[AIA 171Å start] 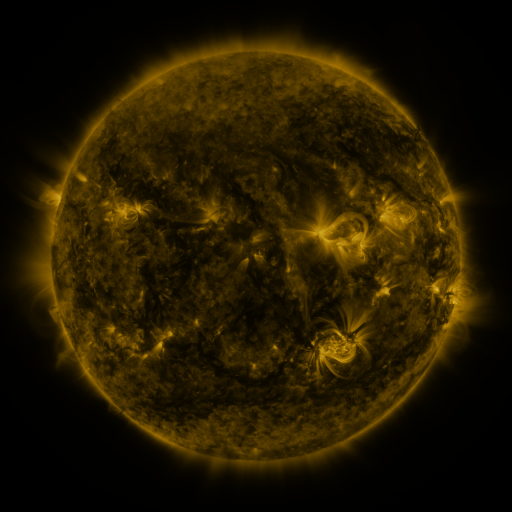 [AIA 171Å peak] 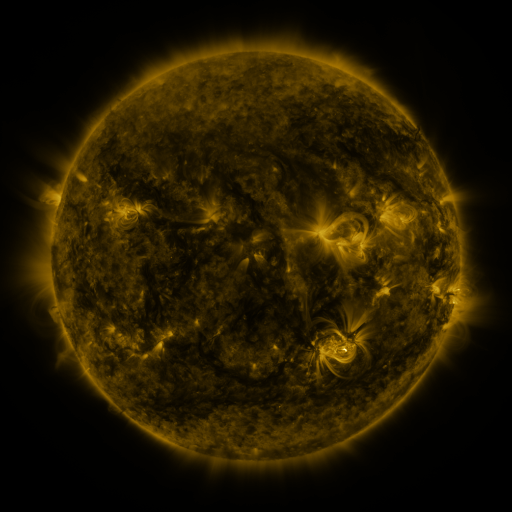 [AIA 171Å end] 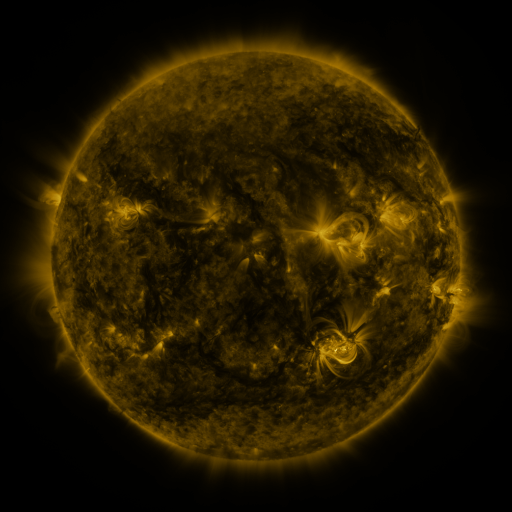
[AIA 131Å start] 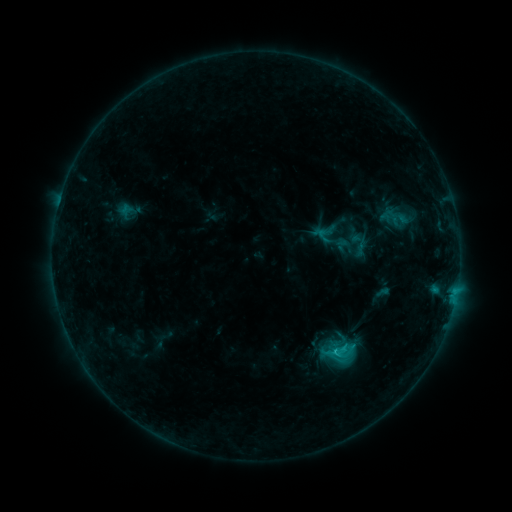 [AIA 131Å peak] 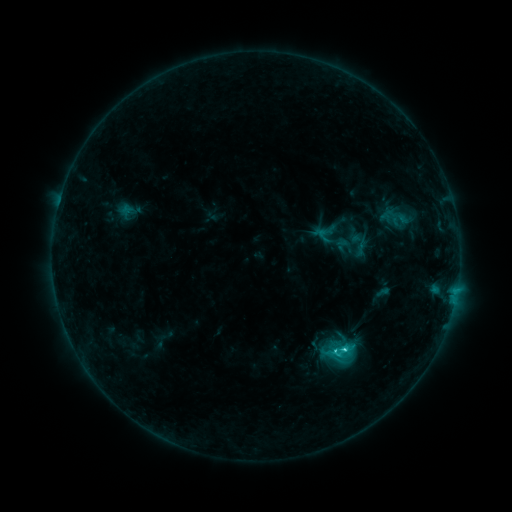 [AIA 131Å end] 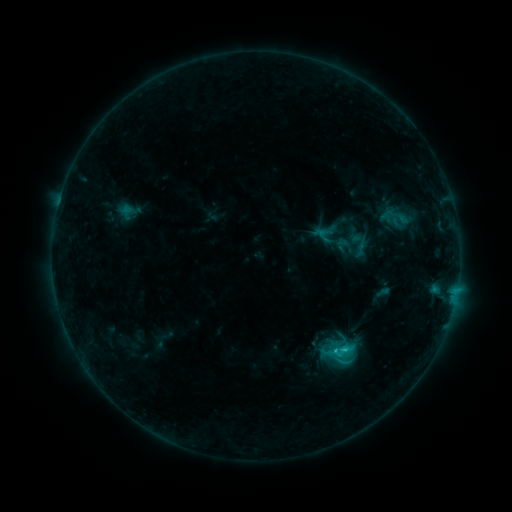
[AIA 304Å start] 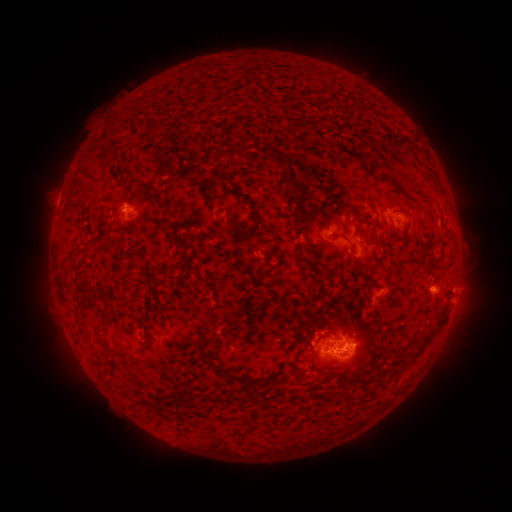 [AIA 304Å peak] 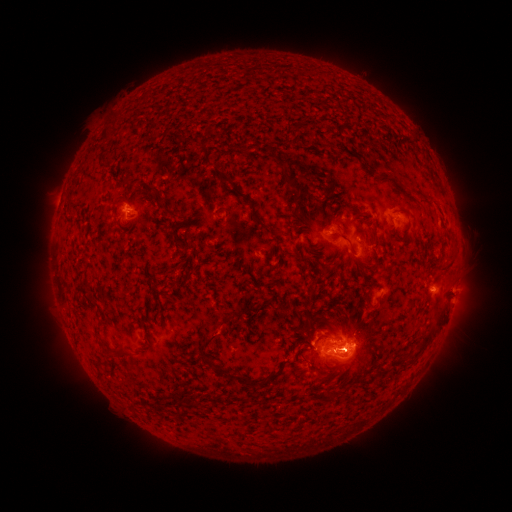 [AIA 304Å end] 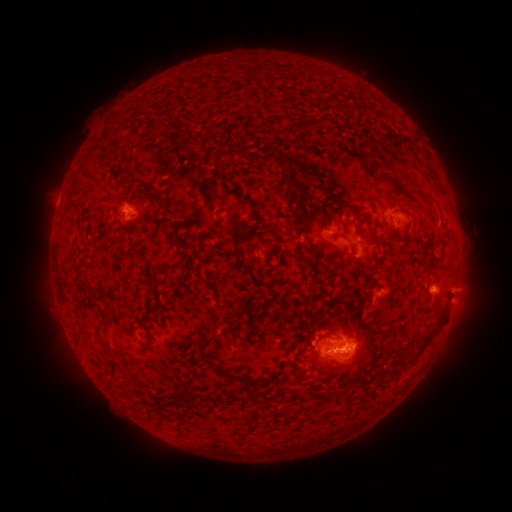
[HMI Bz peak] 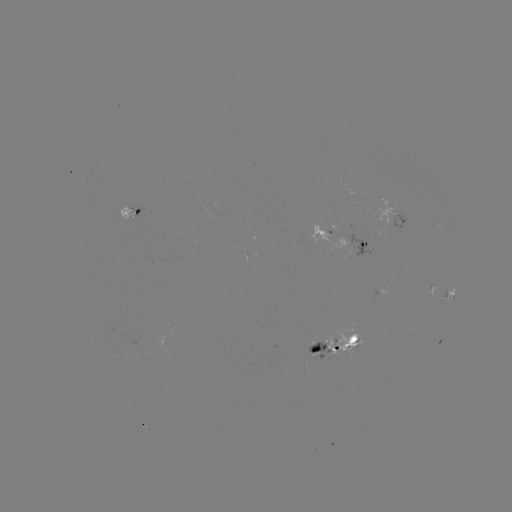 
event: flare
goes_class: C2.8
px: (333, 349)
